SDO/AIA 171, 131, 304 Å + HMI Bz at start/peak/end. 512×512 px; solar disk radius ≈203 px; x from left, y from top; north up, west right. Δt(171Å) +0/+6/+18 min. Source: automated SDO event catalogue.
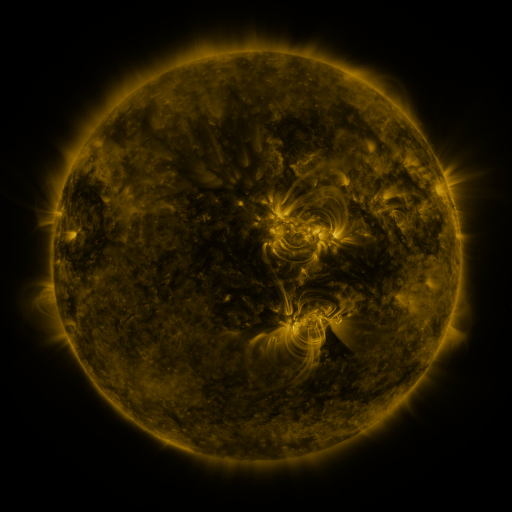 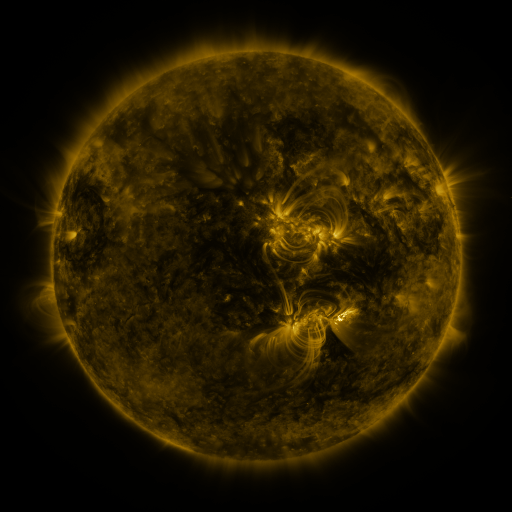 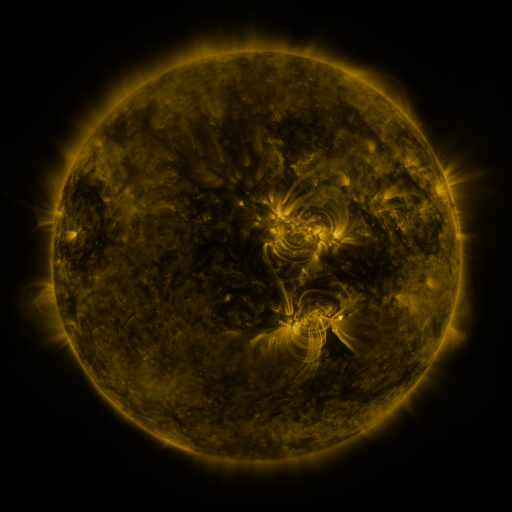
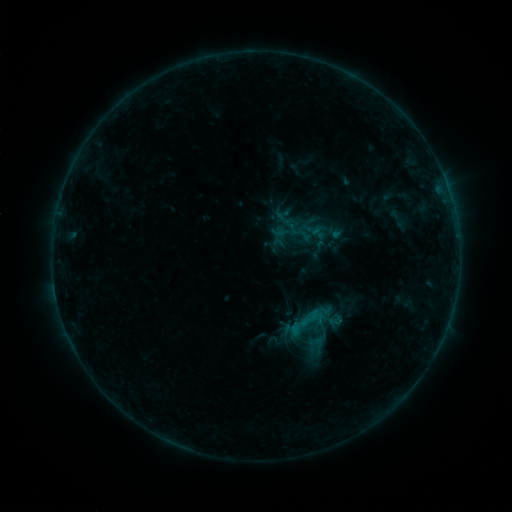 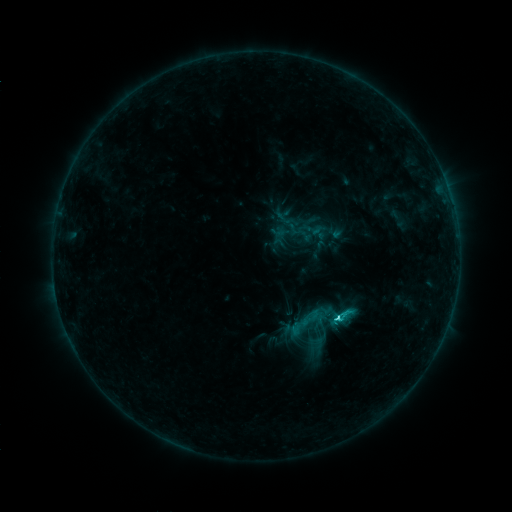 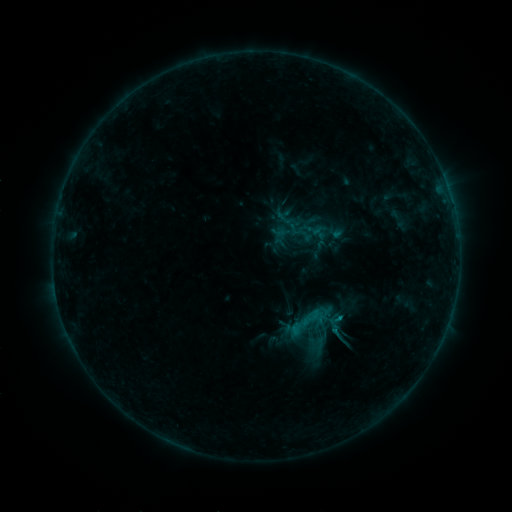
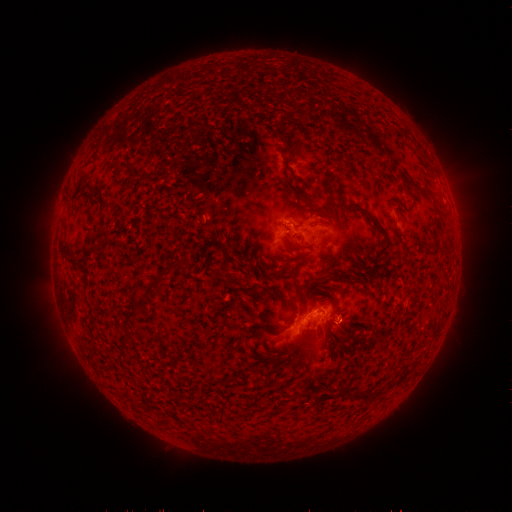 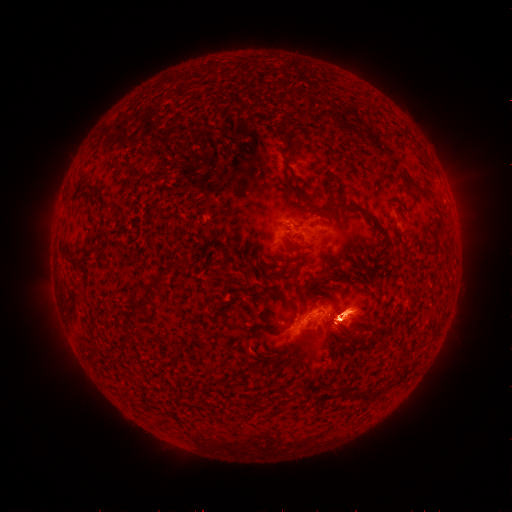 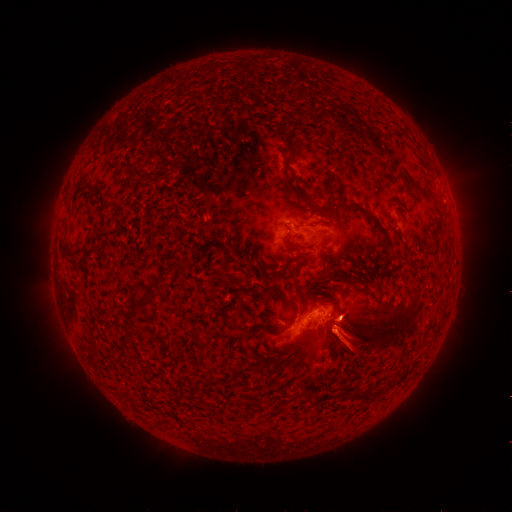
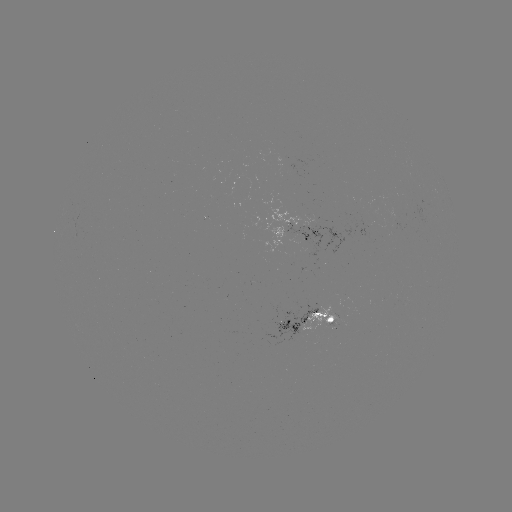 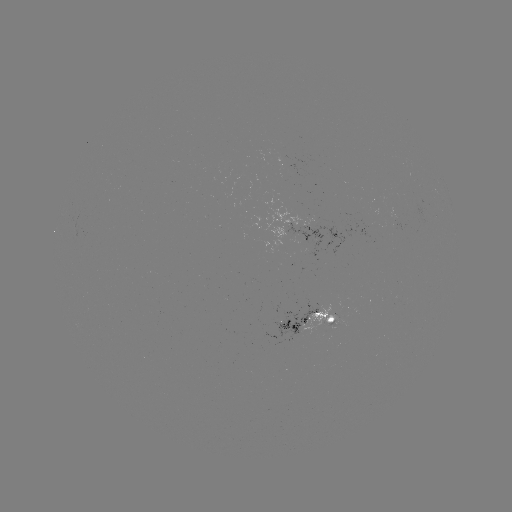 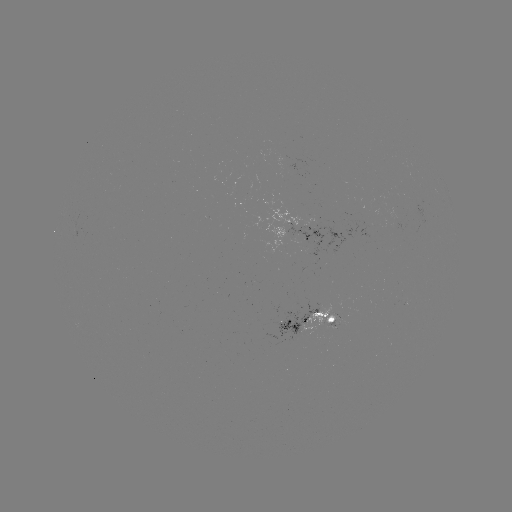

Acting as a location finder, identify eruption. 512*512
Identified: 353,321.